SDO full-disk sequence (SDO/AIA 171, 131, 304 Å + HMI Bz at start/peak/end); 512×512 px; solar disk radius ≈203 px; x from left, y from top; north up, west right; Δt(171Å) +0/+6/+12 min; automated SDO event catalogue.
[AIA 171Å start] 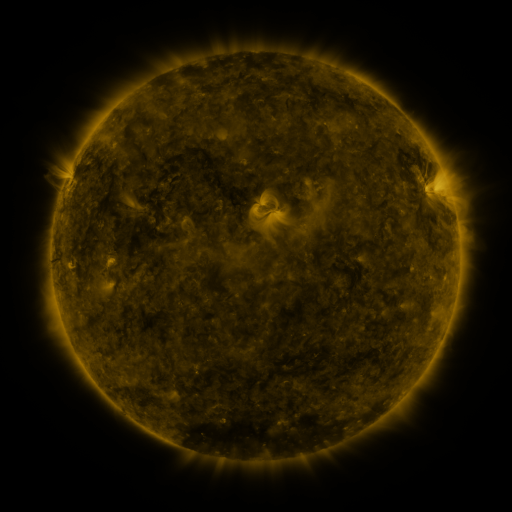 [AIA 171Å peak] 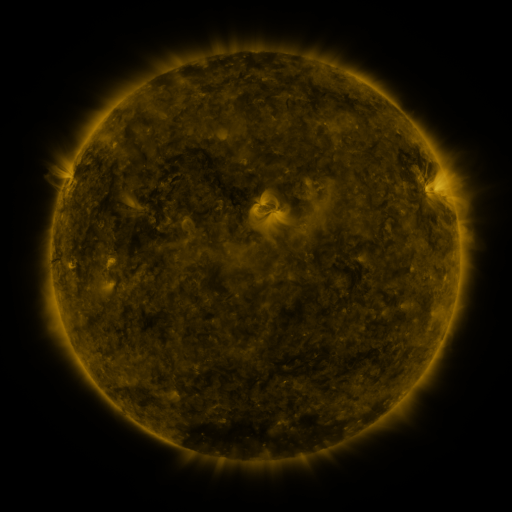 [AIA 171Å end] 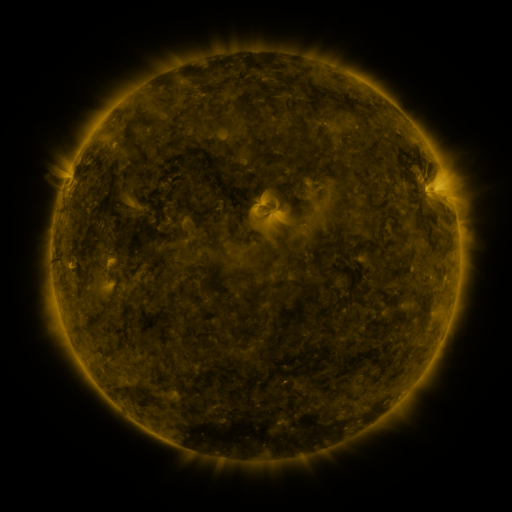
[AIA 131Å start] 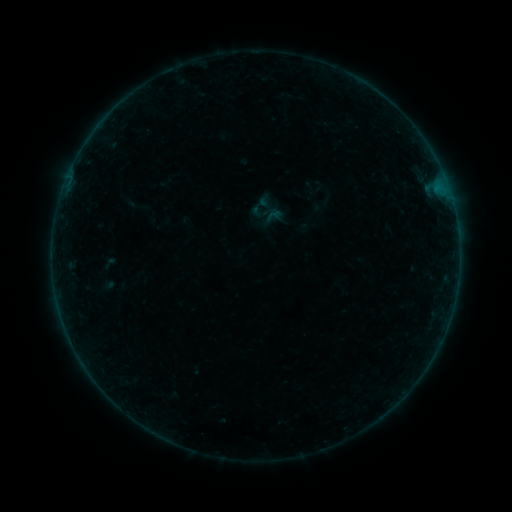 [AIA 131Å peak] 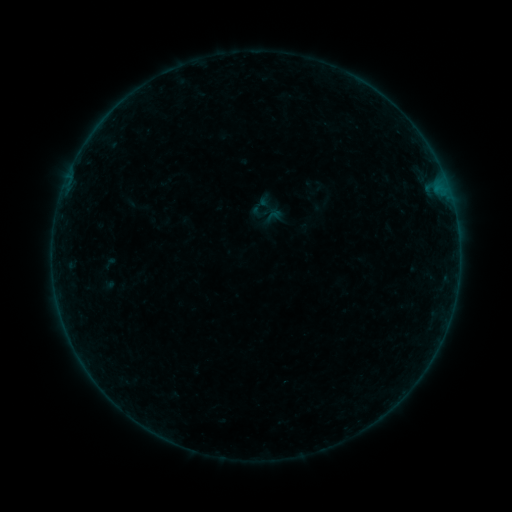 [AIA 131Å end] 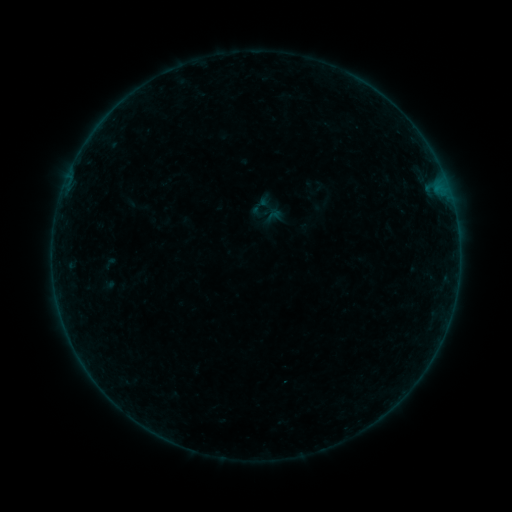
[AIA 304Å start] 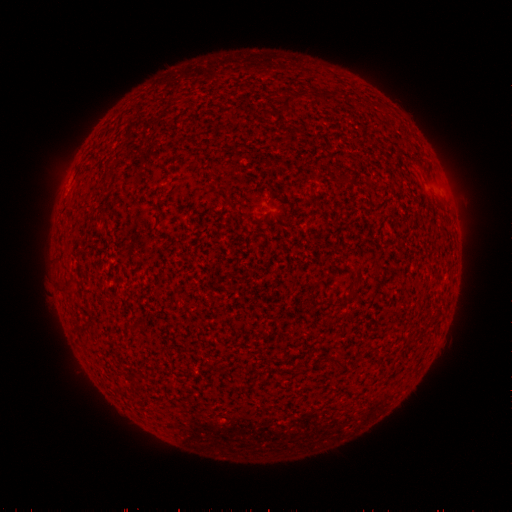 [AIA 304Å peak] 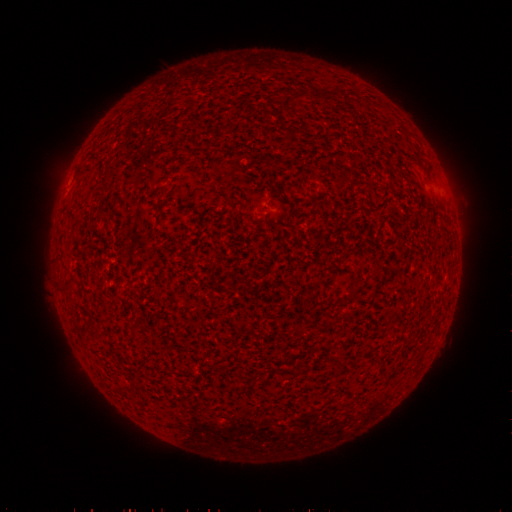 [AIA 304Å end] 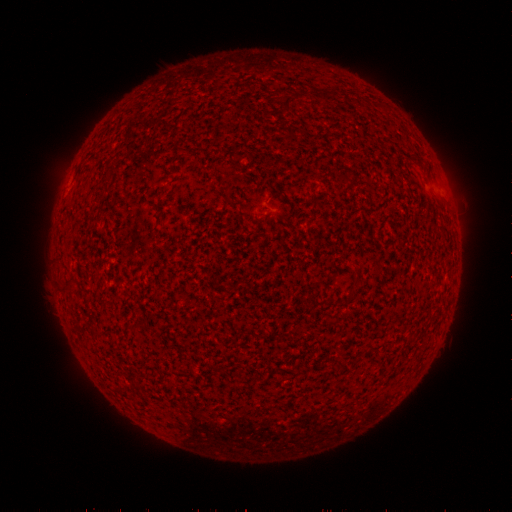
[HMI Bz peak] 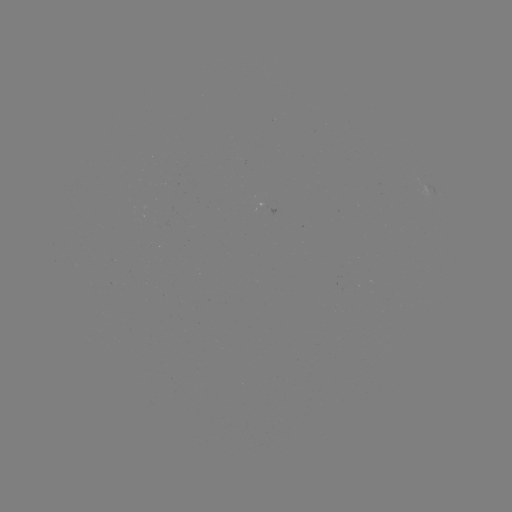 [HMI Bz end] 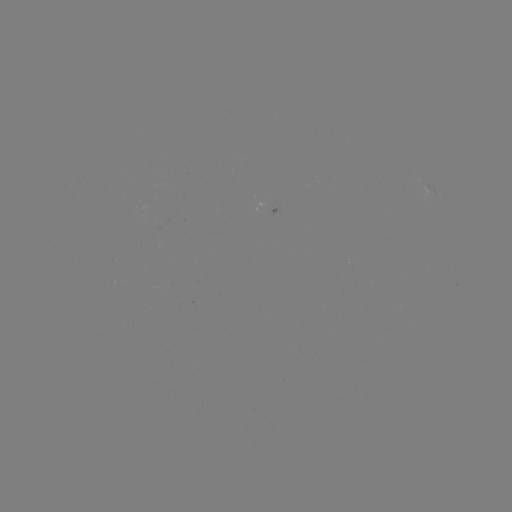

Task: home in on B2.0 flare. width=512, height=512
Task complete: [283, 381].